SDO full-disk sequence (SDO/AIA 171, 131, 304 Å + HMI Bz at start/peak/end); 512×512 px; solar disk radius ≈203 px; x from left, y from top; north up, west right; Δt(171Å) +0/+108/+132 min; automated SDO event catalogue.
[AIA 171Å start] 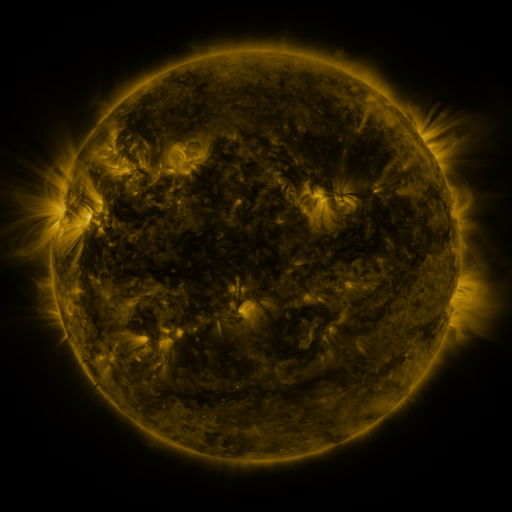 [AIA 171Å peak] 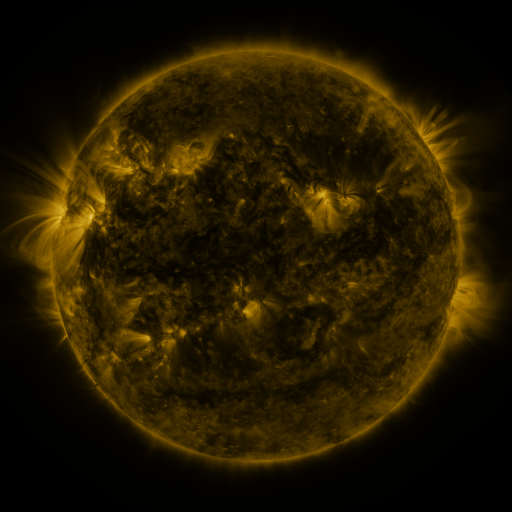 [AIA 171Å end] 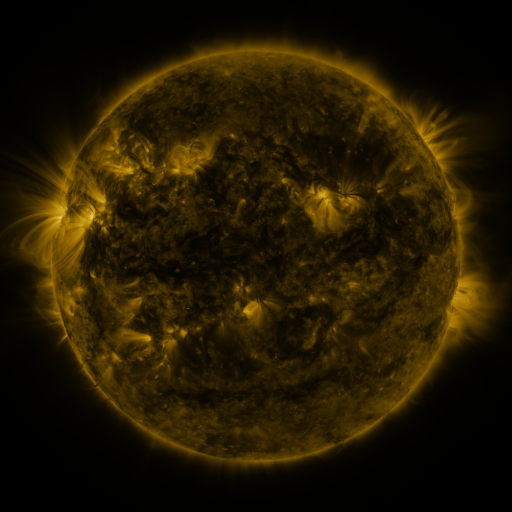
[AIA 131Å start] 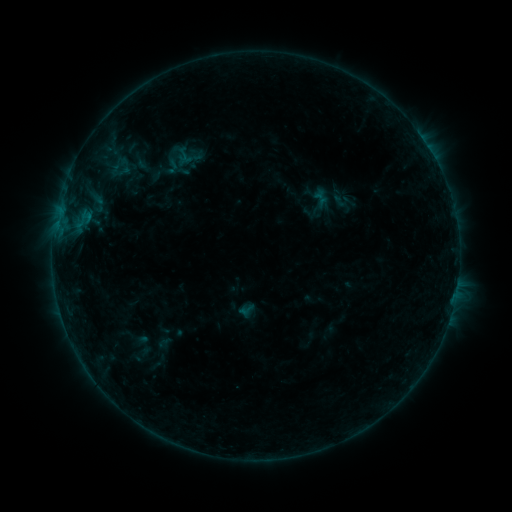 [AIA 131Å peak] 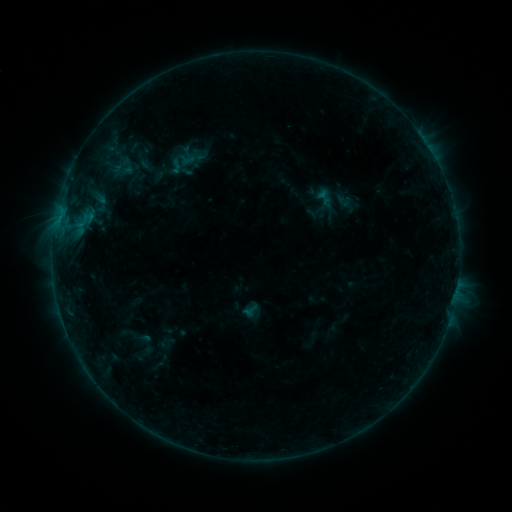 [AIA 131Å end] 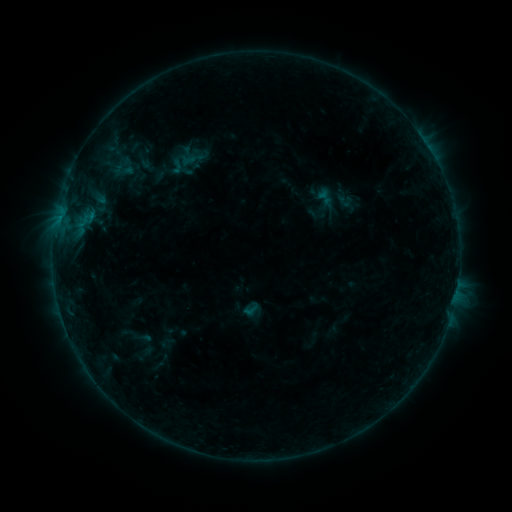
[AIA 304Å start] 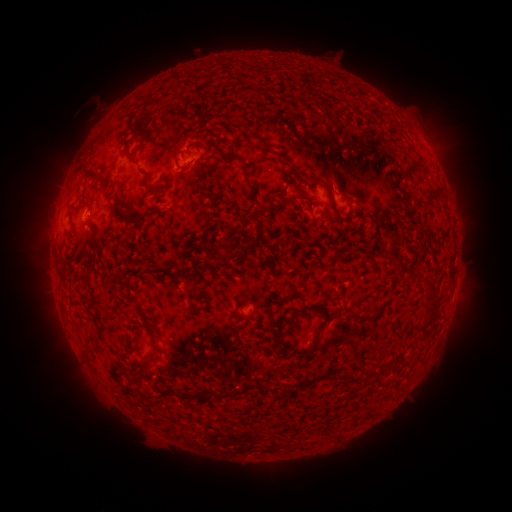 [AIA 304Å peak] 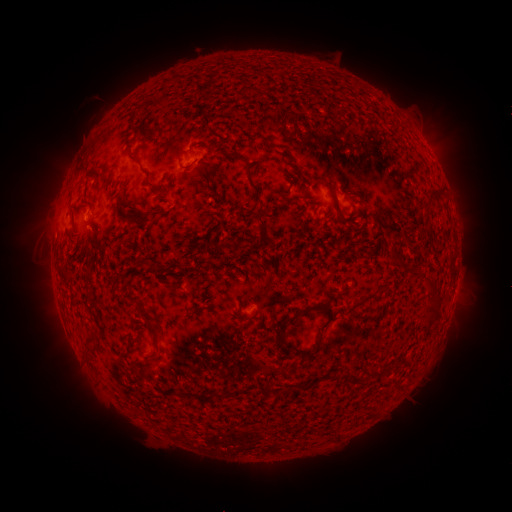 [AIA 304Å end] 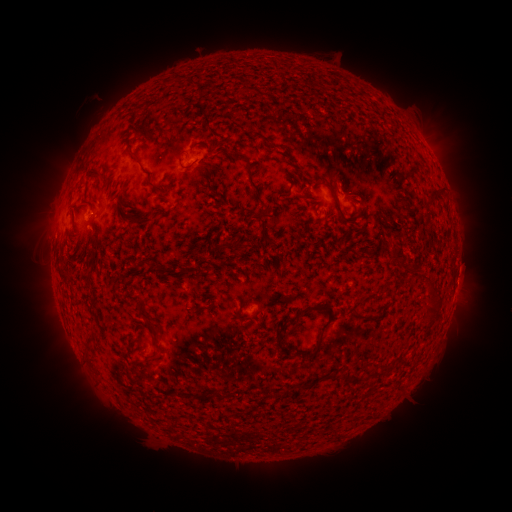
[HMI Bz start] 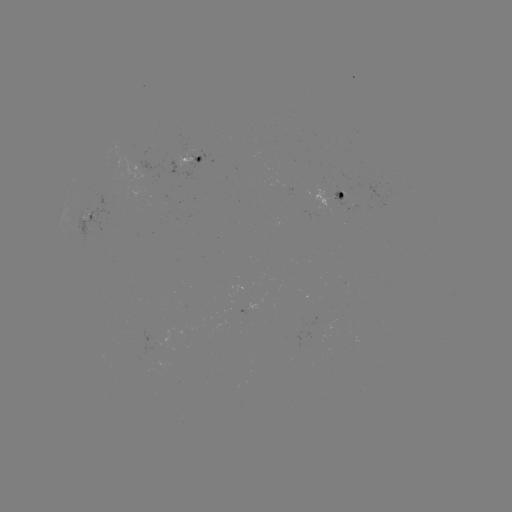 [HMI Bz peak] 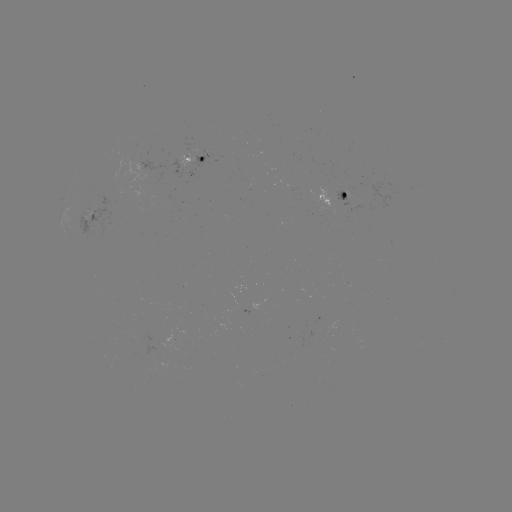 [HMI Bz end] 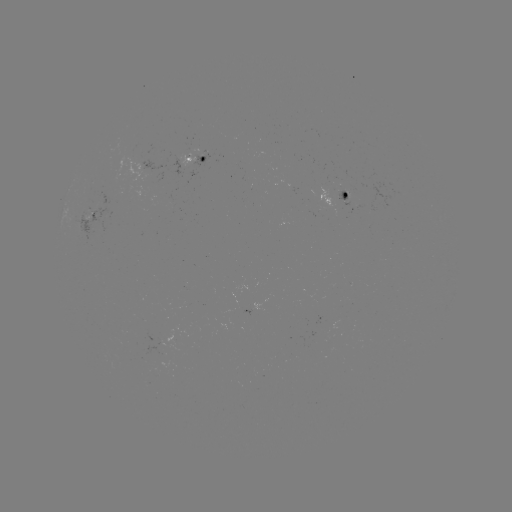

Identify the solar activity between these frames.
emerging-flux region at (104, 197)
